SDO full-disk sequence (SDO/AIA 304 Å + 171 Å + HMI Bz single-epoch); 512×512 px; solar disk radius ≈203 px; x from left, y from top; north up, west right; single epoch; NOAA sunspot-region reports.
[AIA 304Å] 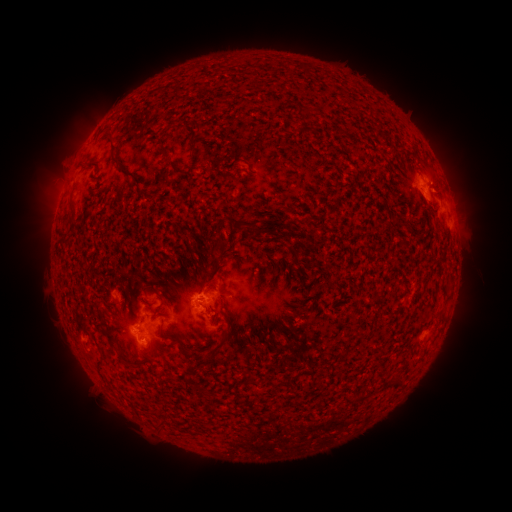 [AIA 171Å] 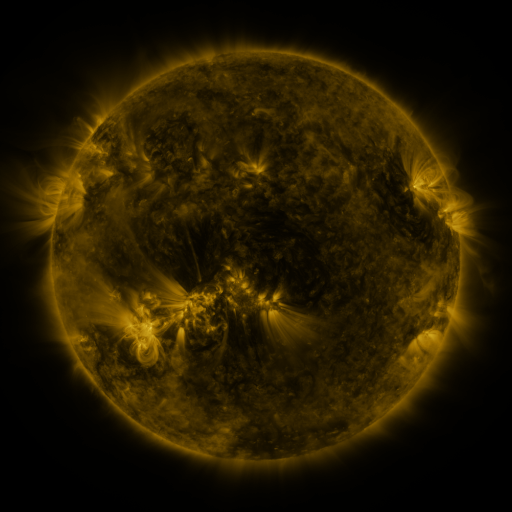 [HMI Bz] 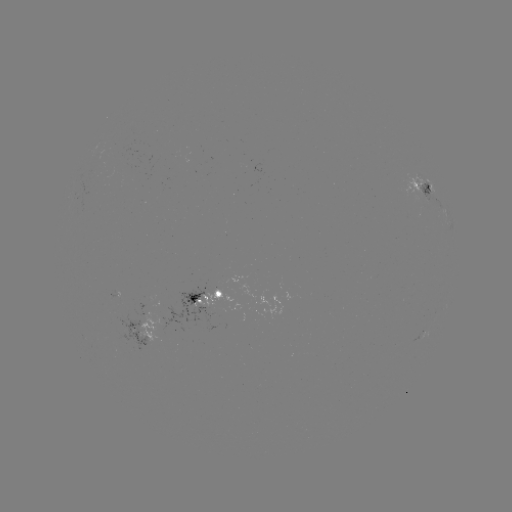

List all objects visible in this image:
spotted active region: (419, 187)
spotted active region: (208, 295)
spotted active region: (138, 333)
